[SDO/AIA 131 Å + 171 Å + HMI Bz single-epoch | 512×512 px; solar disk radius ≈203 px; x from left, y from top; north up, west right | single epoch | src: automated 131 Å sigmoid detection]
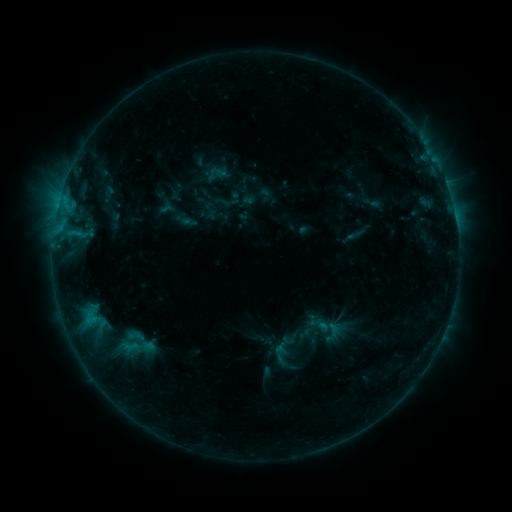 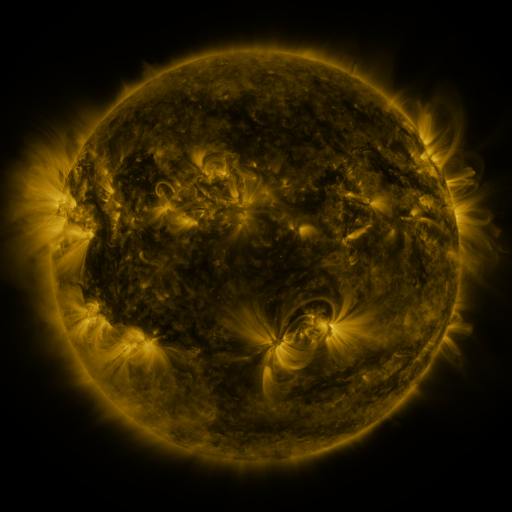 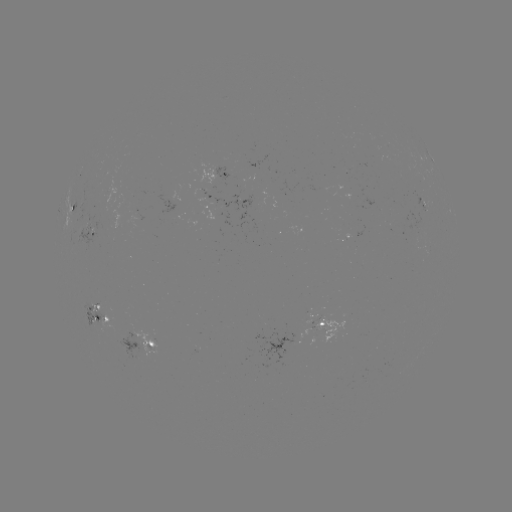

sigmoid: (291, 312, 319, 341)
